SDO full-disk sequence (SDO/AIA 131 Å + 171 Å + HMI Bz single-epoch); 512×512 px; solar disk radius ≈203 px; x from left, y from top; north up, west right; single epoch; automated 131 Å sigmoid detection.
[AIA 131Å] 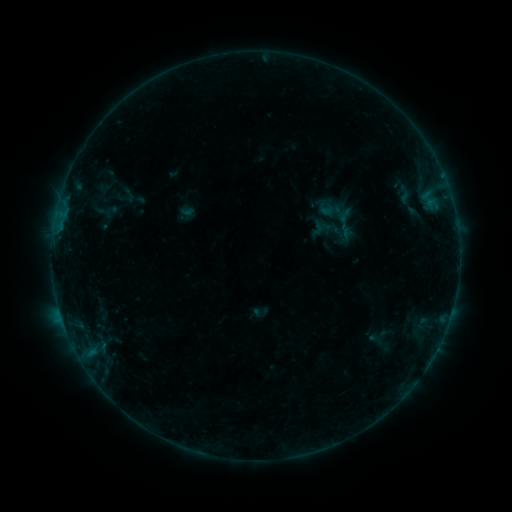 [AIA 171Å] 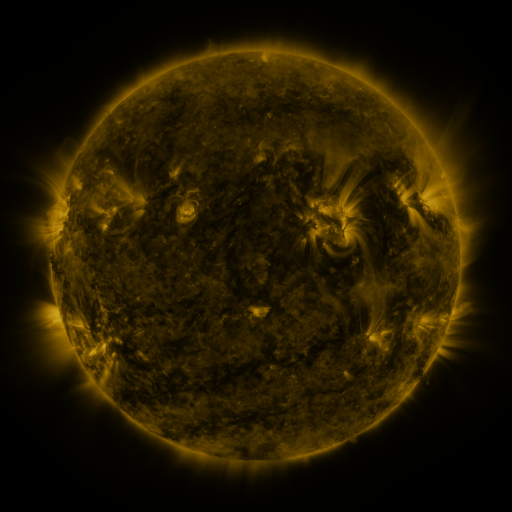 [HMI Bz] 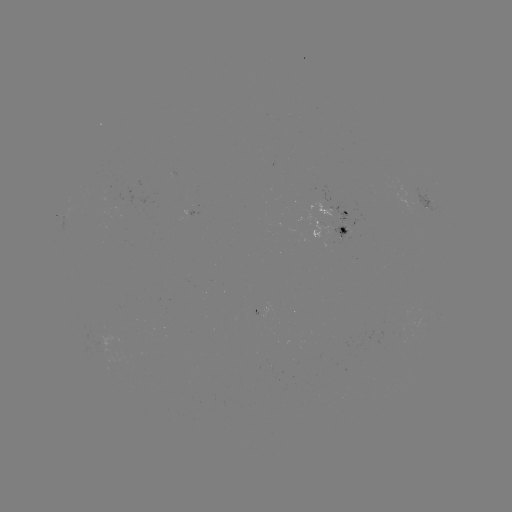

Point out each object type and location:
sigmoid: (121, 187, 137, 203)
sigmoid: (326, 207, 365, 241)
sigmoid: (308, 220, 327, 237)
